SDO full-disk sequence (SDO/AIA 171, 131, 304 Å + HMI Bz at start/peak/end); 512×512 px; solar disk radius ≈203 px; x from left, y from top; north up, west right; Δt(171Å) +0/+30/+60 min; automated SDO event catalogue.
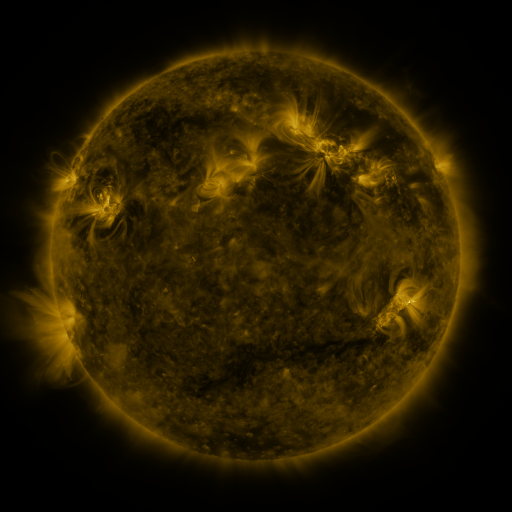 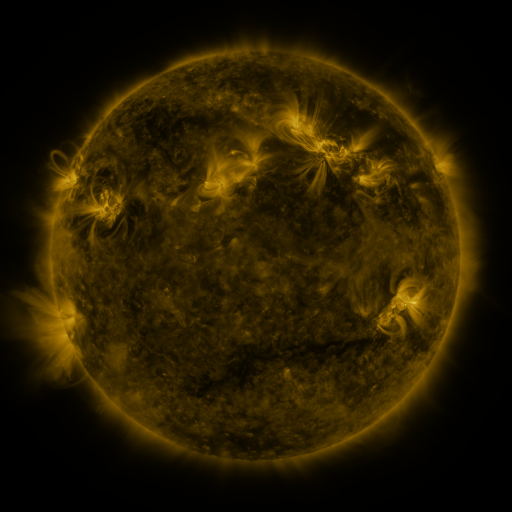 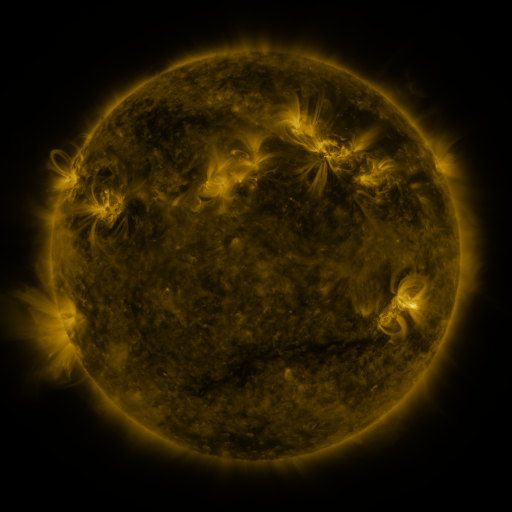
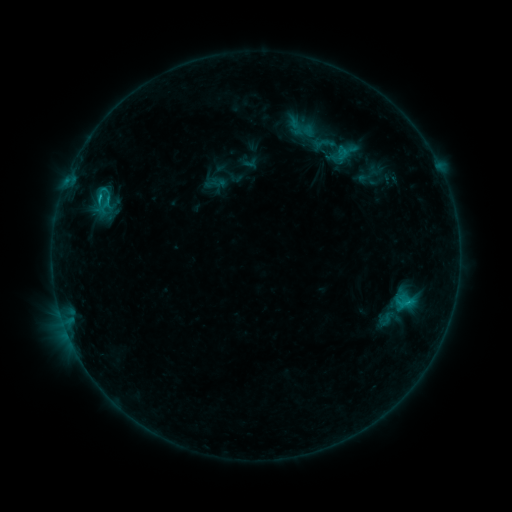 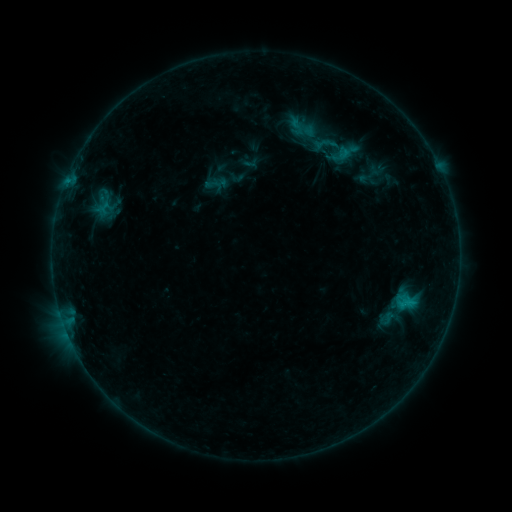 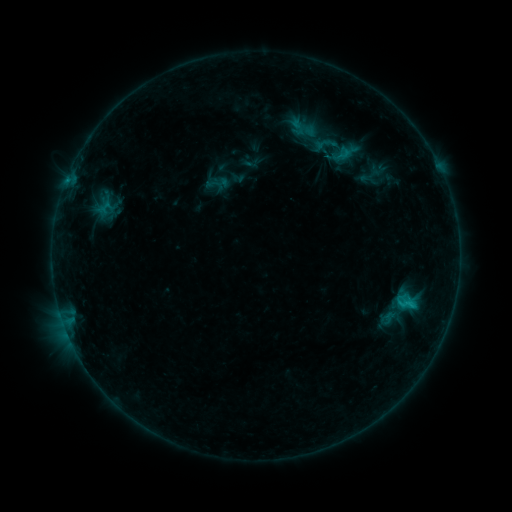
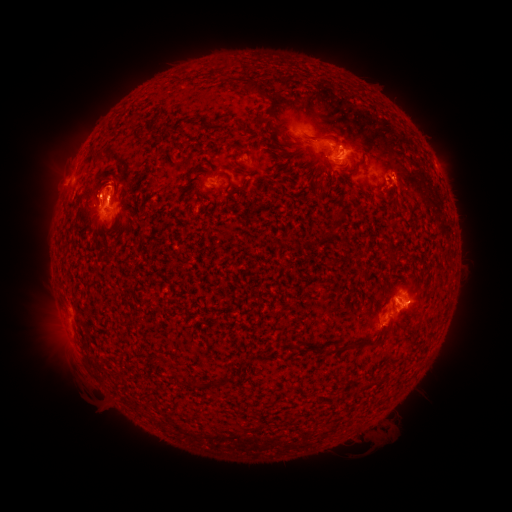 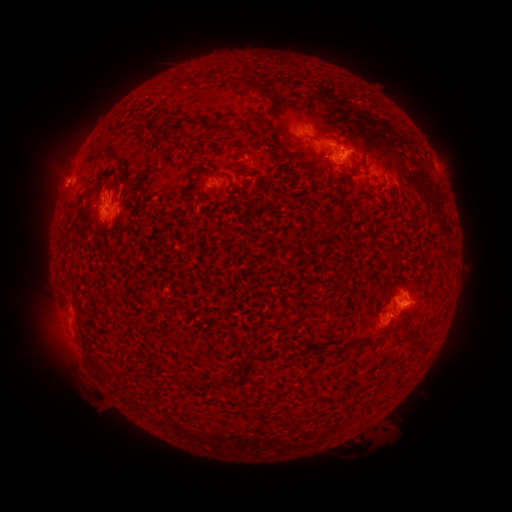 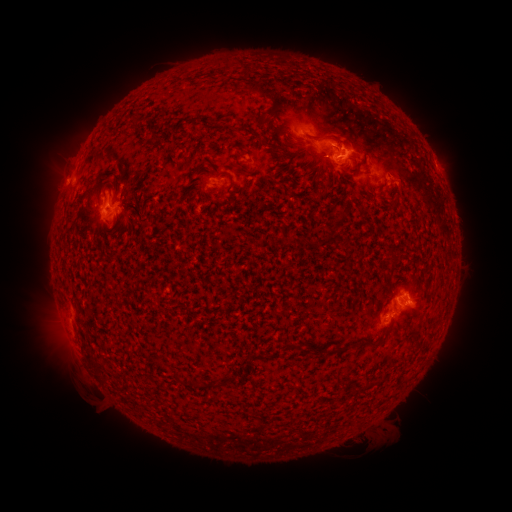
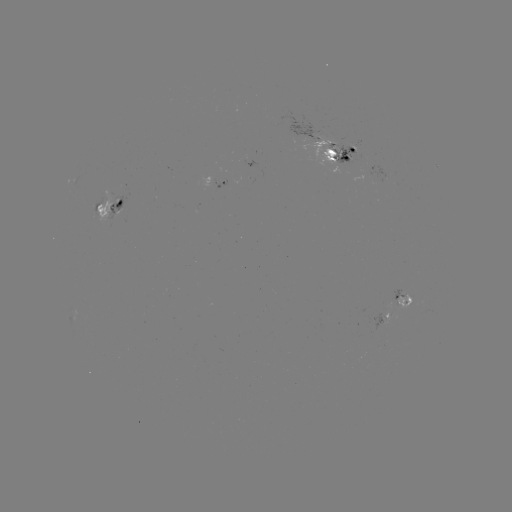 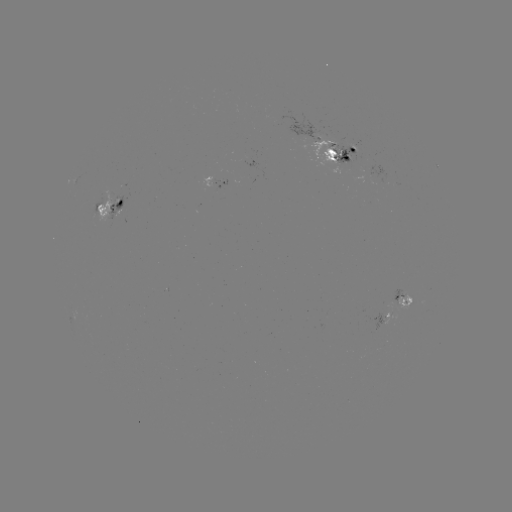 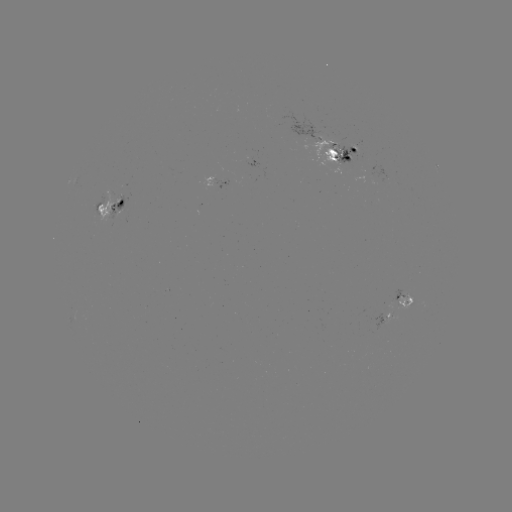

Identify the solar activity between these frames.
emerging-flux region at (339, 151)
